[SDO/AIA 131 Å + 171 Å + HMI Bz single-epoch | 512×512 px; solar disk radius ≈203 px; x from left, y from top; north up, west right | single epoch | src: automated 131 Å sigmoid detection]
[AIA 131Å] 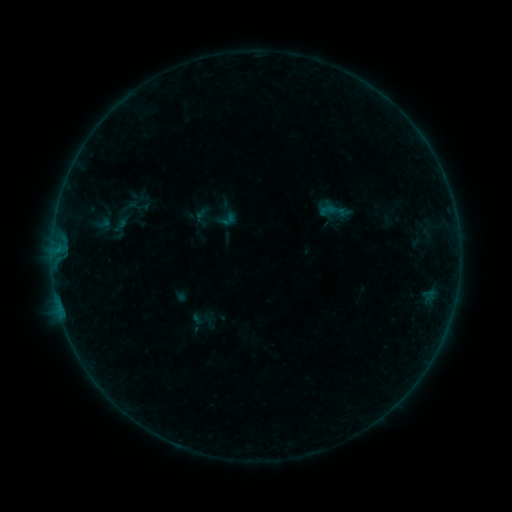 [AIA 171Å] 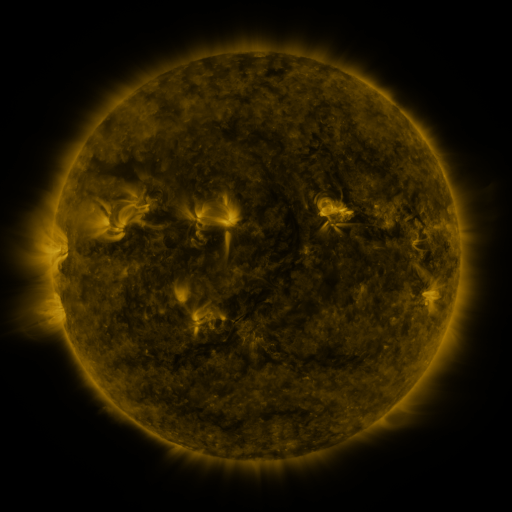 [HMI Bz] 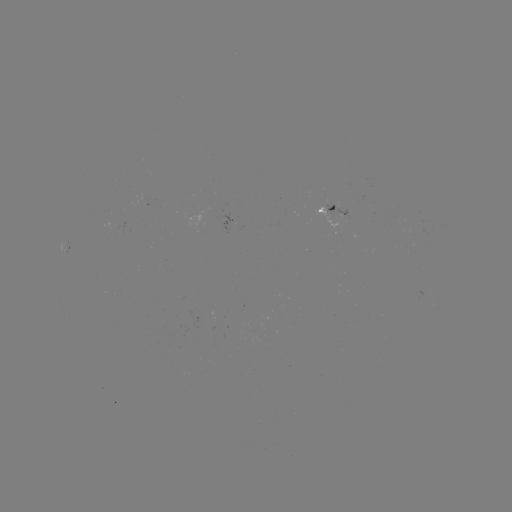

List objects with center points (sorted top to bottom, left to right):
sigmoid: <bbox>317, 201, 339, 220</bbox>
